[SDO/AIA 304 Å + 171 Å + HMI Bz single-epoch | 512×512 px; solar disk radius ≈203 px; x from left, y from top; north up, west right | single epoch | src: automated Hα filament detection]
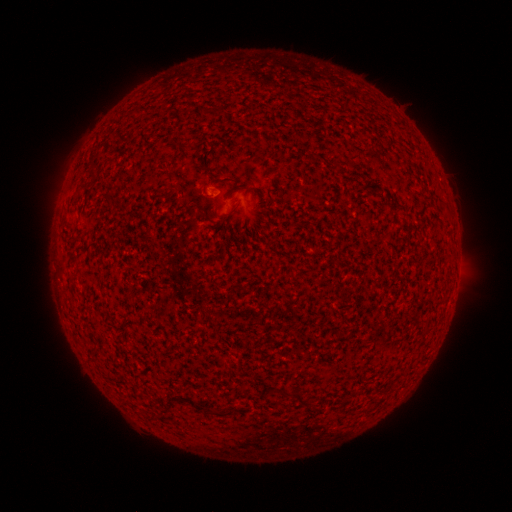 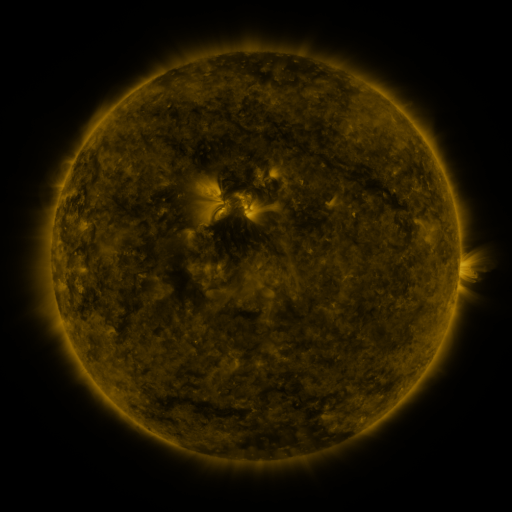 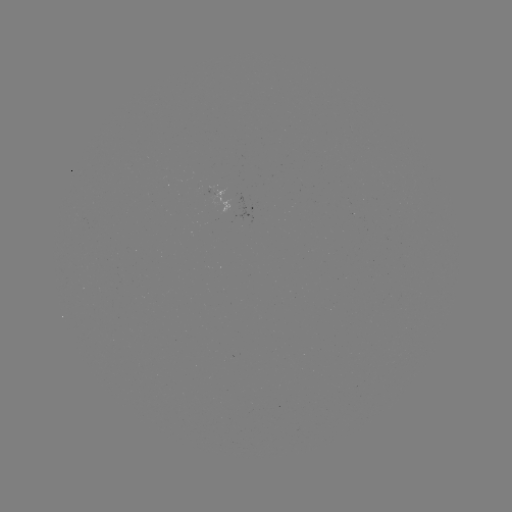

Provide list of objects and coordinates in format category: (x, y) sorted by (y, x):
filament: (93, 175)
filament: (109, 197)
filament: (235, 207)
filament: (295, 394)
filament: (209, 408)
